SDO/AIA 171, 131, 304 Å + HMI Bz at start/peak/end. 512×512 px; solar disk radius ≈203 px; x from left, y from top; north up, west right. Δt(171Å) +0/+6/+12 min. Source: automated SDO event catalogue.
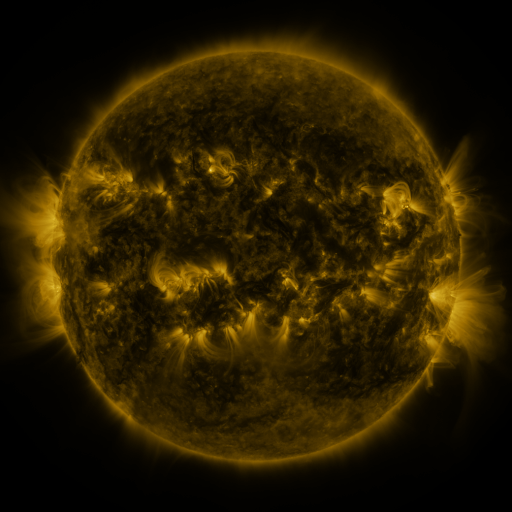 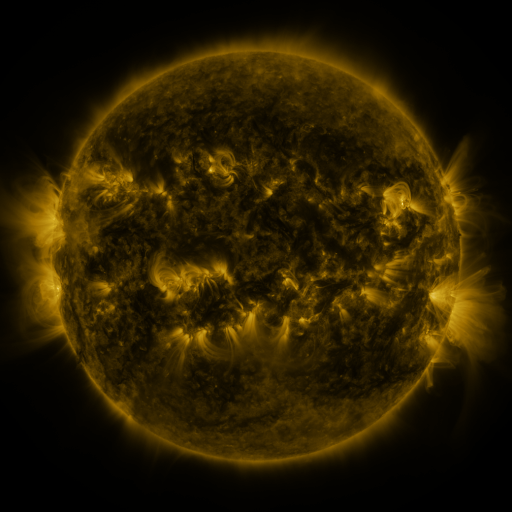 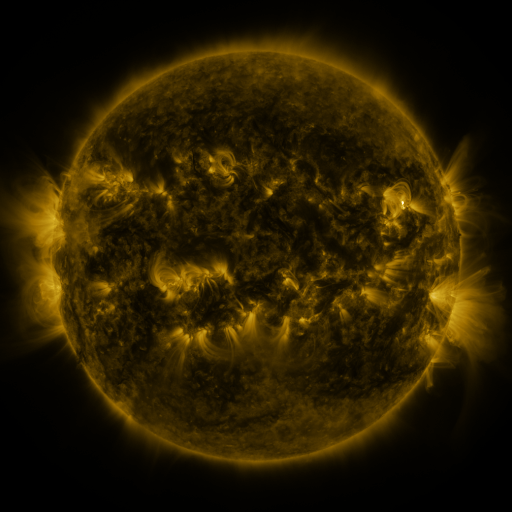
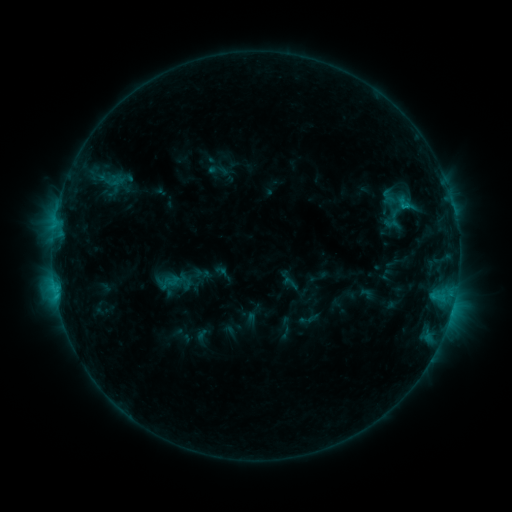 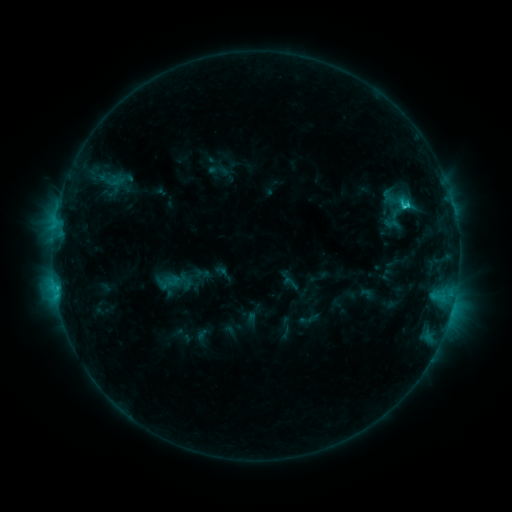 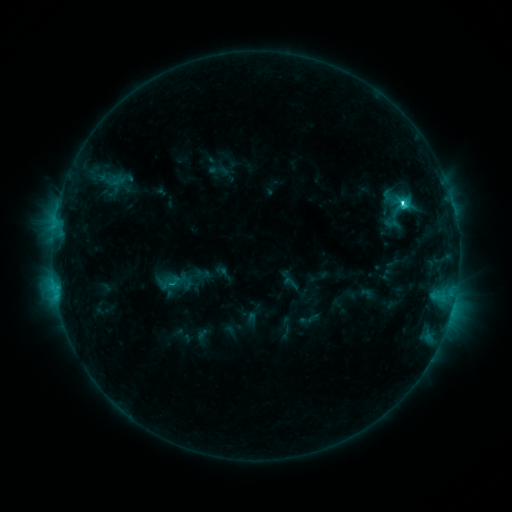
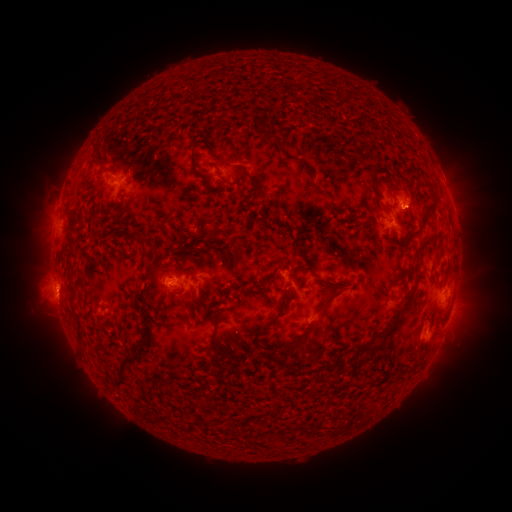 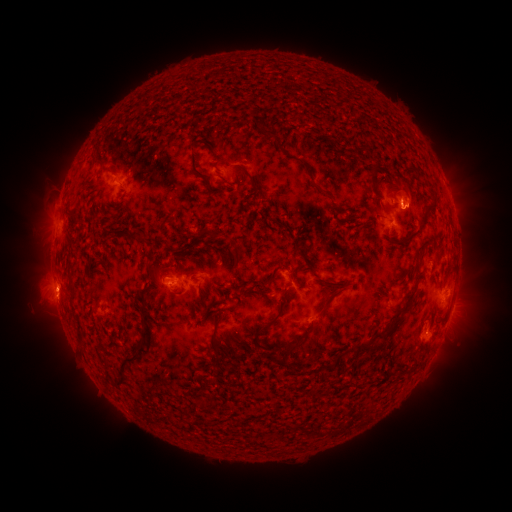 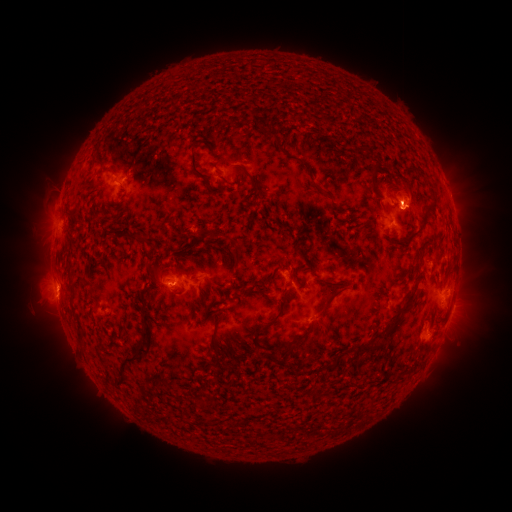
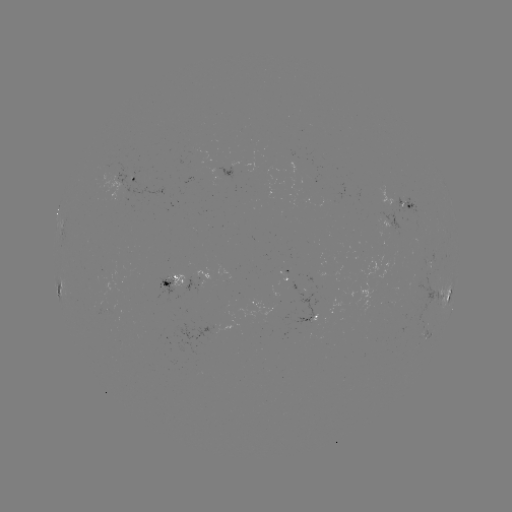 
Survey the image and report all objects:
C7.6 flare: (402, 205)
